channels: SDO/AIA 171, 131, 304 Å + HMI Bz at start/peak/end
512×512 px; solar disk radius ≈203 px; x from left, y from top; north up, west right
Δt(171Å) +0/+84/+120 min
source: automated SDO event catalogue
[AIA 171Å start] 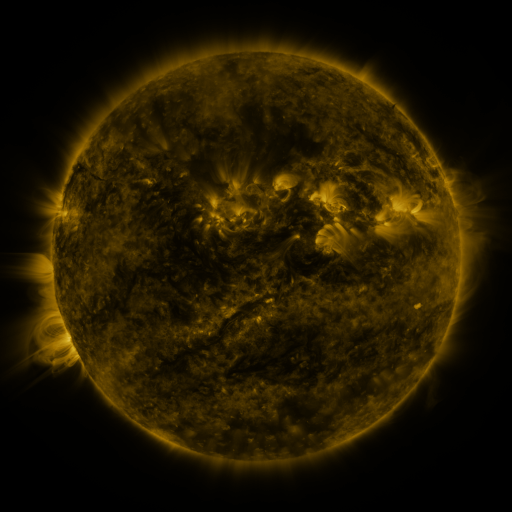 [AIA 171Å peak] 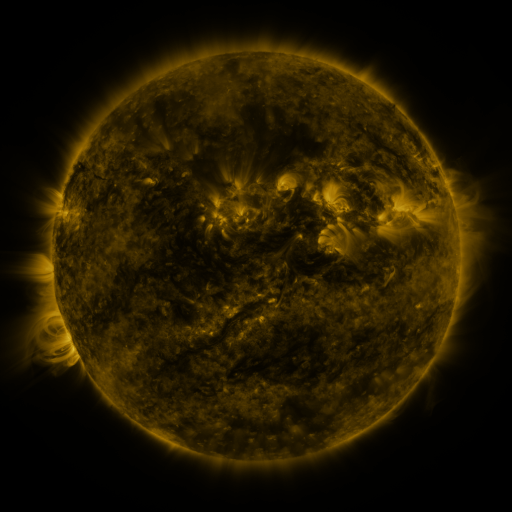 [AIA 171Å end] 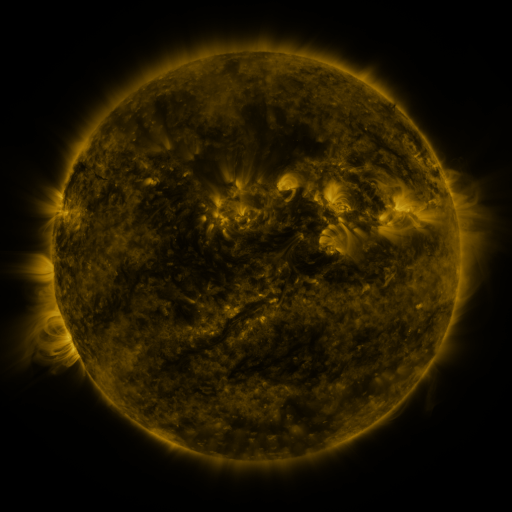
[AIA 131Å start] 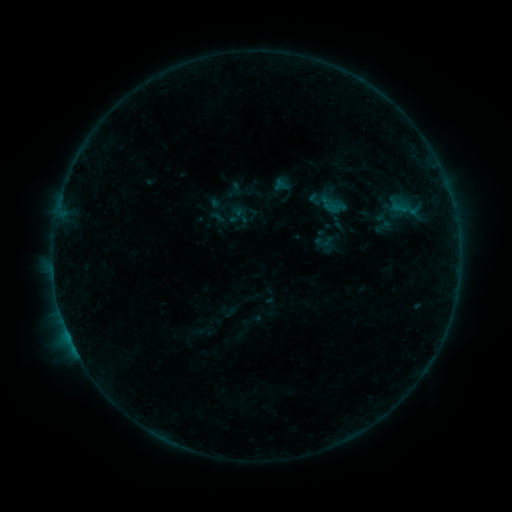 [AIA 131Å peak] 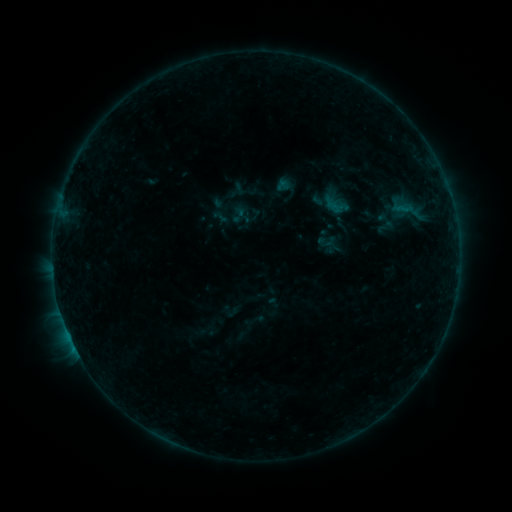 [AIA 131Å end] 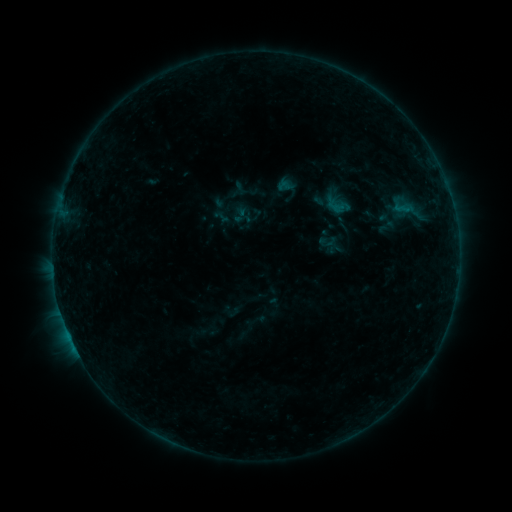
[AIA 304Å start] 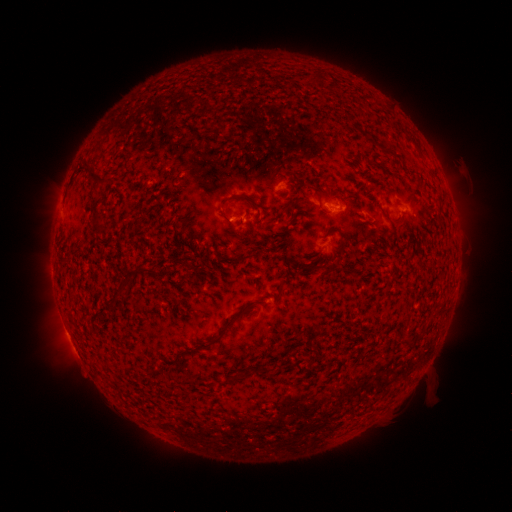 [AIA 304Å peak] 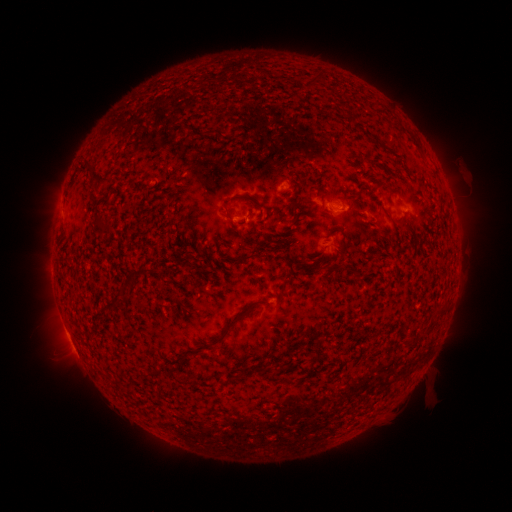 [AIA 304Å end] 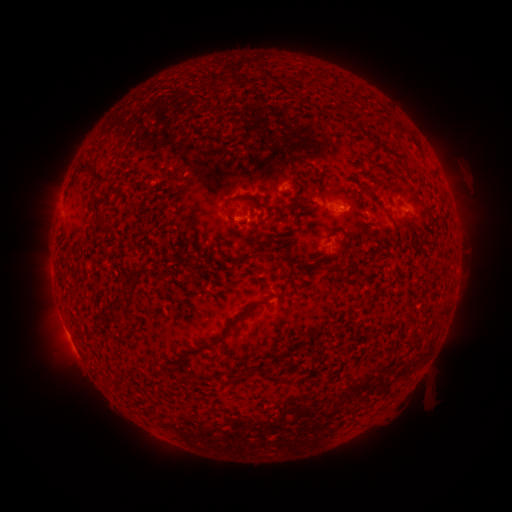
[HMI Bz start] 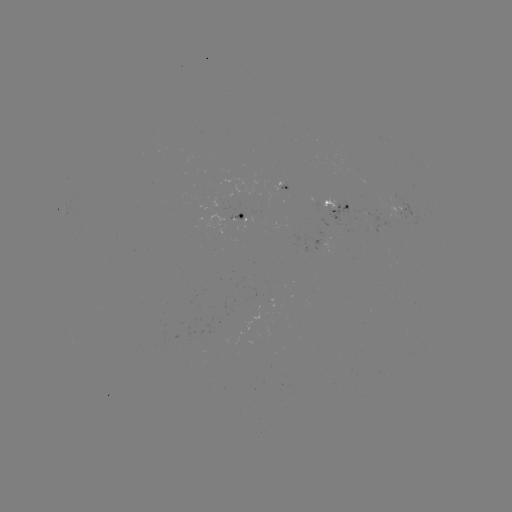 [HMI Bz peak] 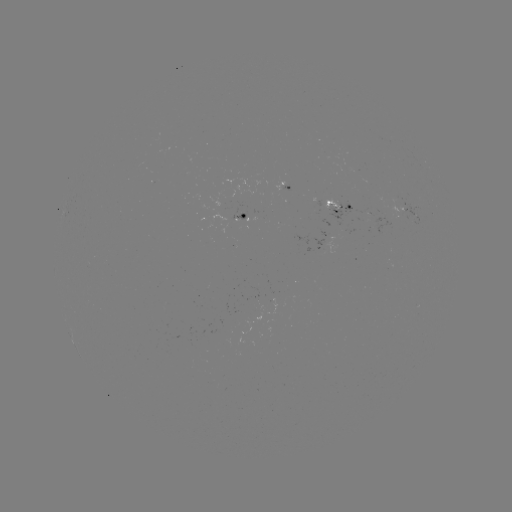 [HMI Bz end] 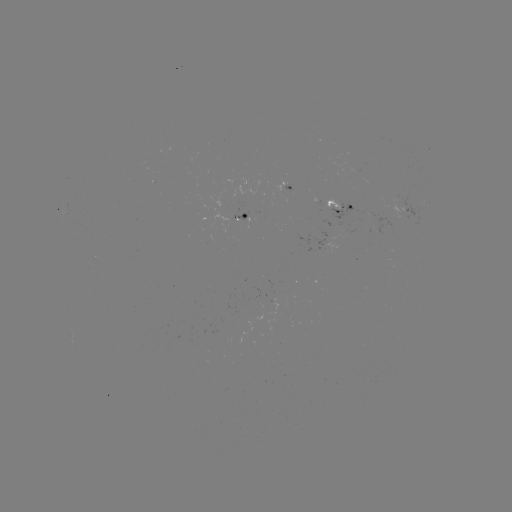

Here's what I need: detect emerging-flux region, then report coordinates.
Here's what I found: emerging-flux region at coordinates (280, 192).